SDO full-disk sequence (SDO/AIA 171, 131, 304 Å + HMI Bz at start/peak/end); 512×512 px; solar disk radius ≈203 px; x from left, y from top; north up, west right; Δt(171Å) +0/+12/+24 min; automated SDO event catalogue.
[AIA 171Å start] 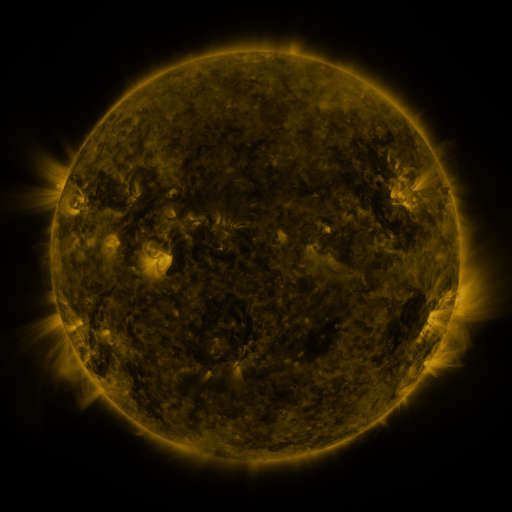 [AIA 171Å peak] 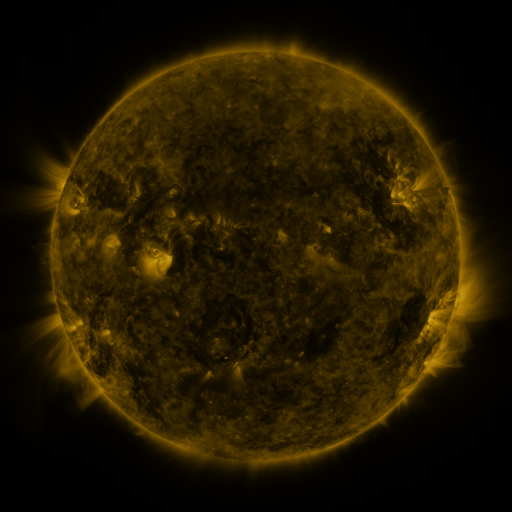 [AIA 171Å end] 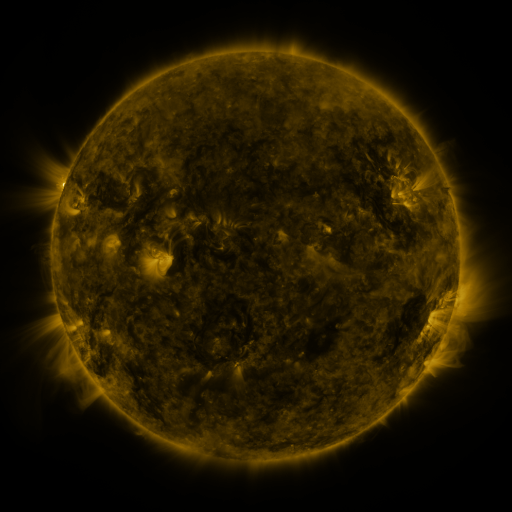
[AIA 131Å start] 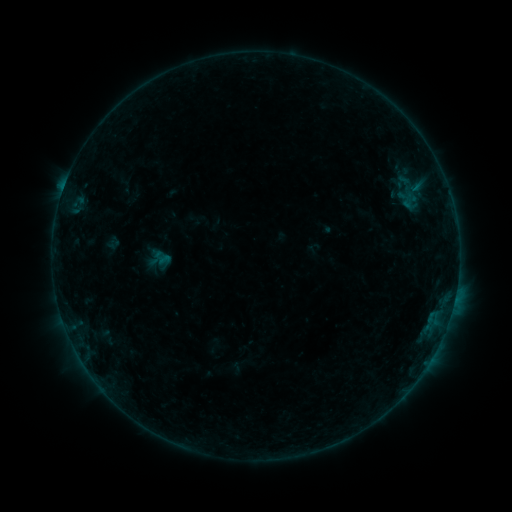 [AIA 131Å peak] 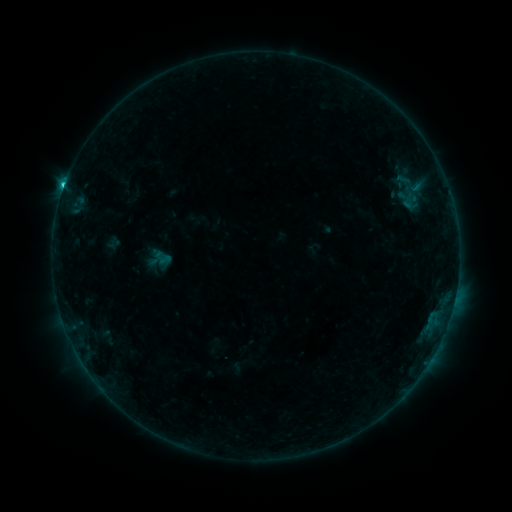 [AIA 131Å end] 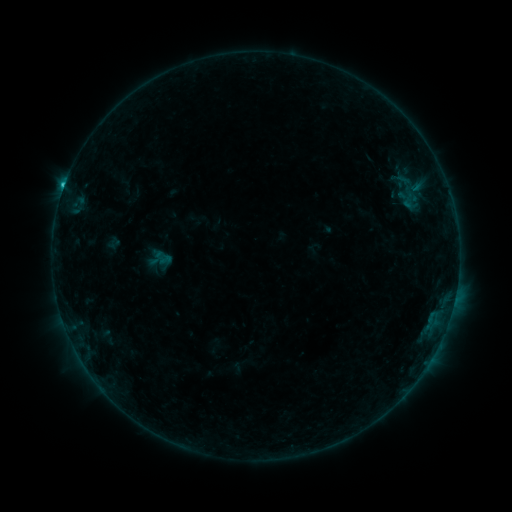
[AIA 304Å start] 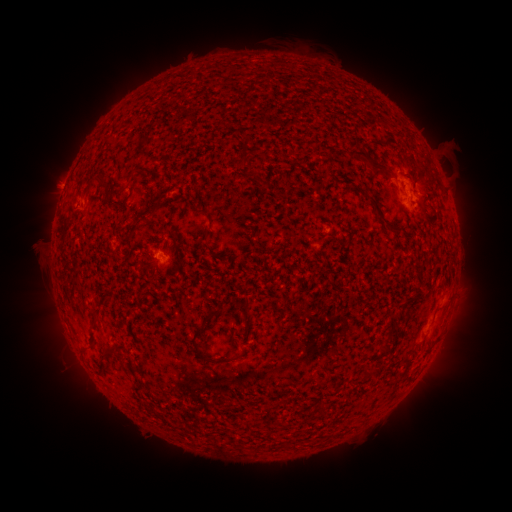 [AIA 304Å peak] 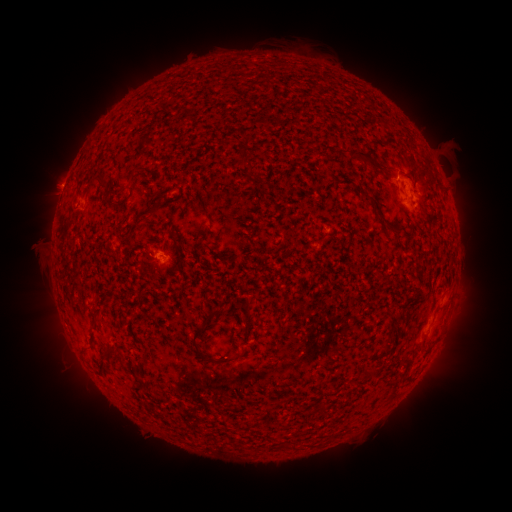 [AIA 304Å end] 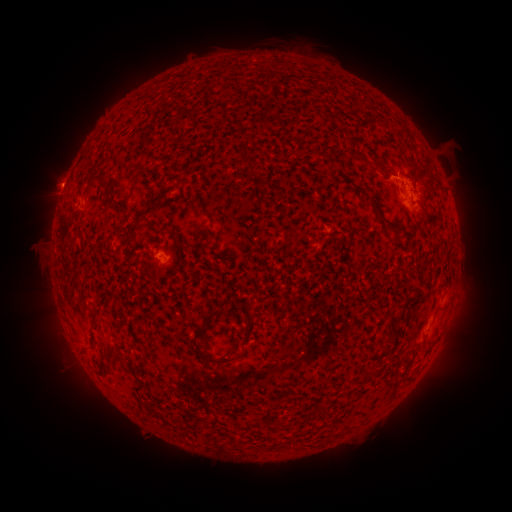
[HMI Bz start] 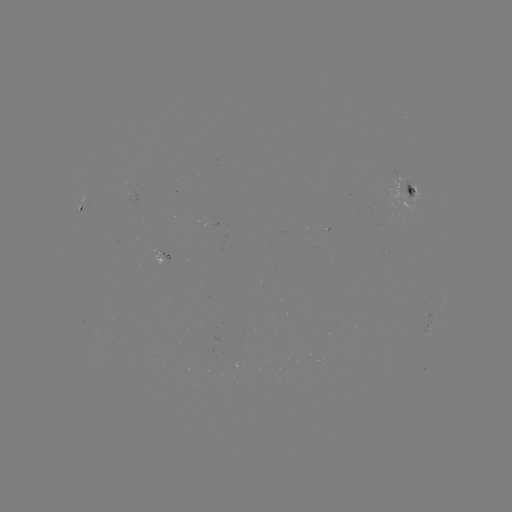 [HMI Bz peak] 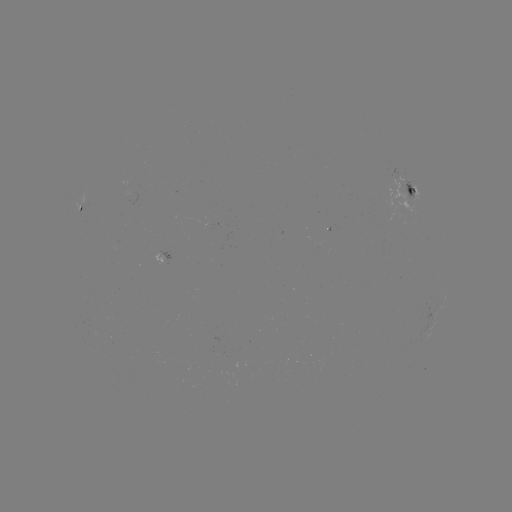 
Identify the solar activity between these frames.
C1.3 flare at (65, 188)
